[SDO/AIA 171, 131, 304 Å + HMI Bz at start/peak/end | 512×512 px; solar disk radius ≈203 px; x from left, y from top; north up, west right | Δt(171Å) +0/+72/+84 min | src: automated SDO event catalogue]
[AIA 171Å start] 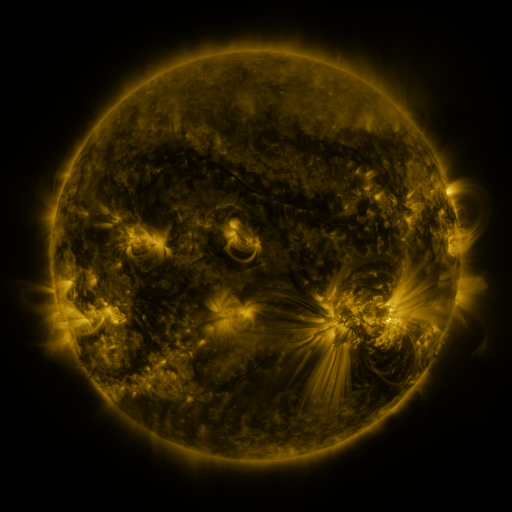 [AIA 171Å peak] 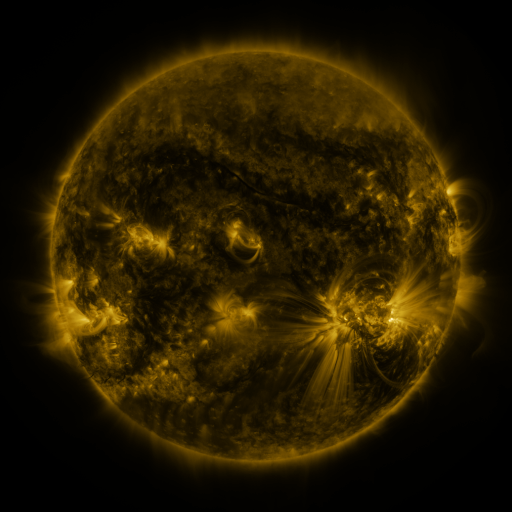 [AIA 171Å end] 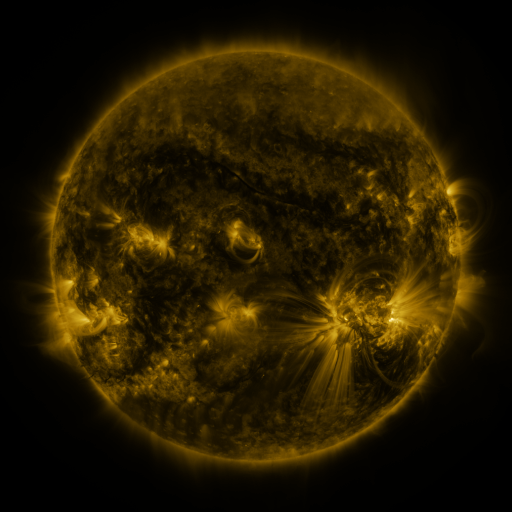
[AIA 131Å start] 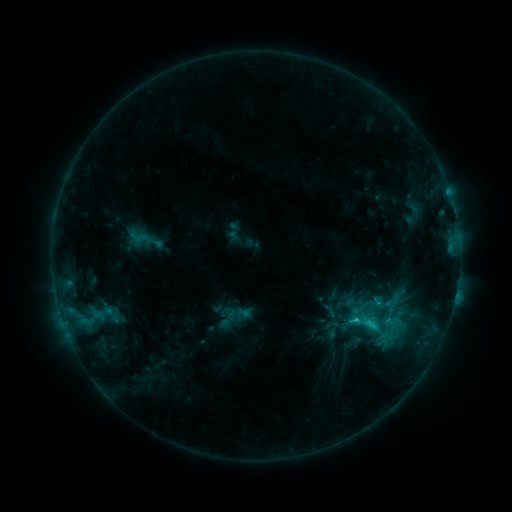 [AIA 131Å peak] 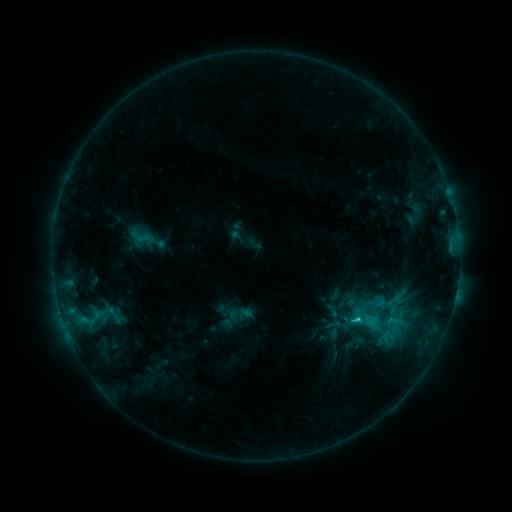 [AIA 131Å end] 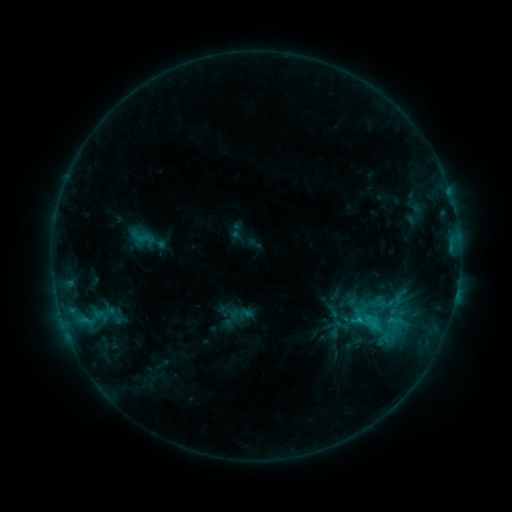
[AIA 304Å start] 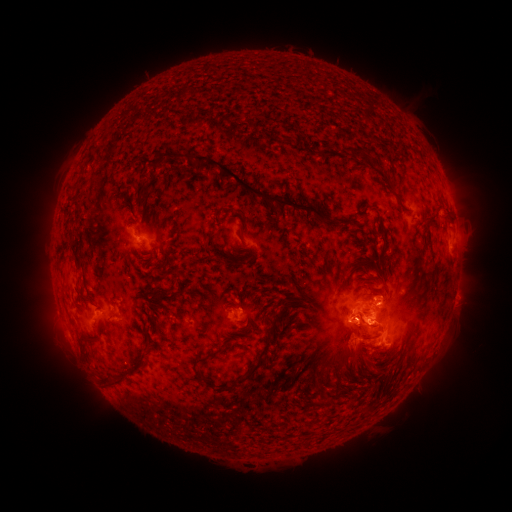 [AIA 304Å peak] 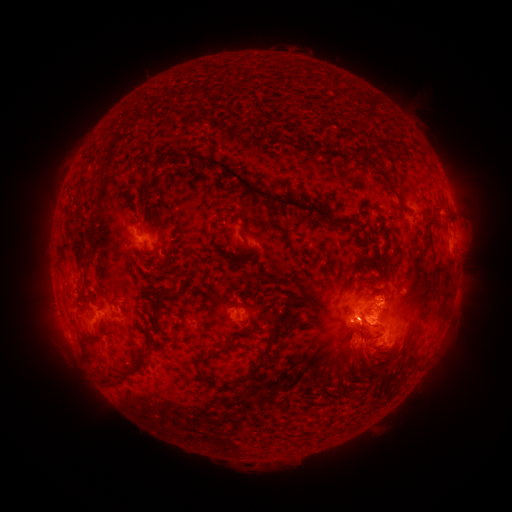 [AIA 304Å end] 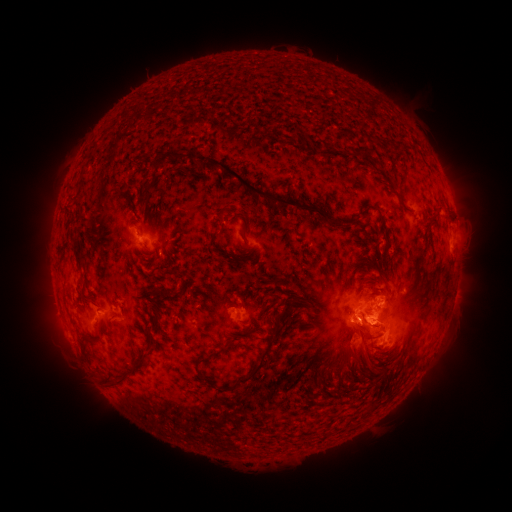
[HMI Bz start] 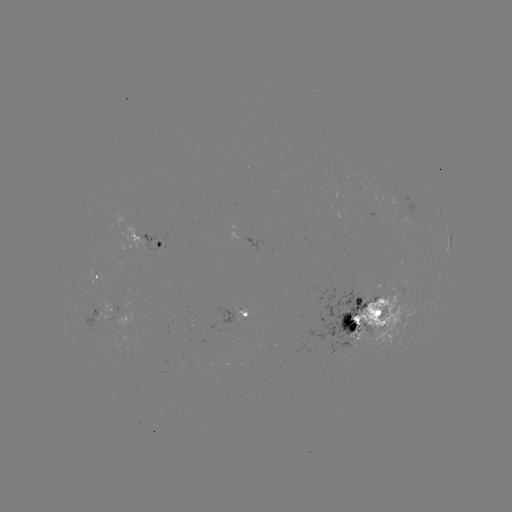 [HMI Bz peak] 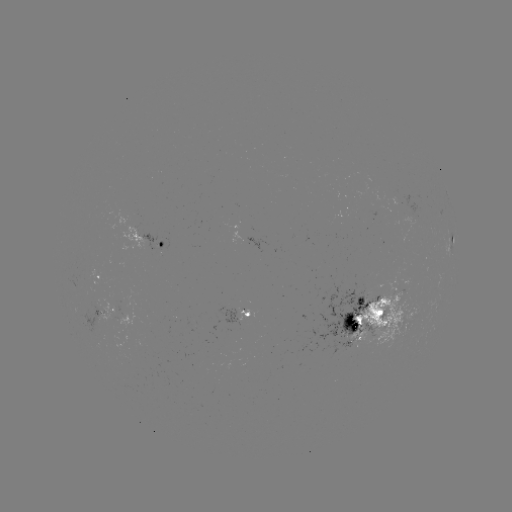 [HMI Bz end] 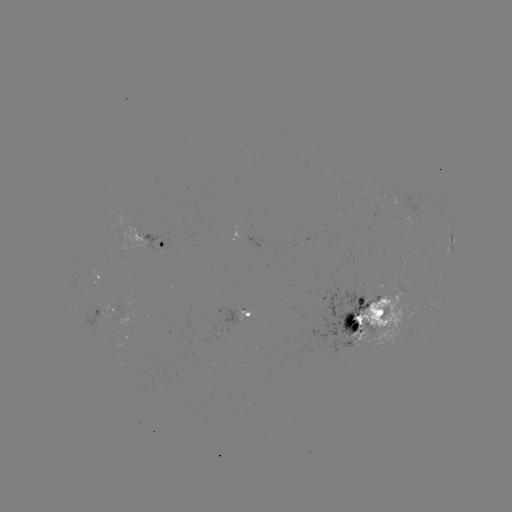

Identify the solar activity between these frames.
emerging-flux region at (379, 308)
